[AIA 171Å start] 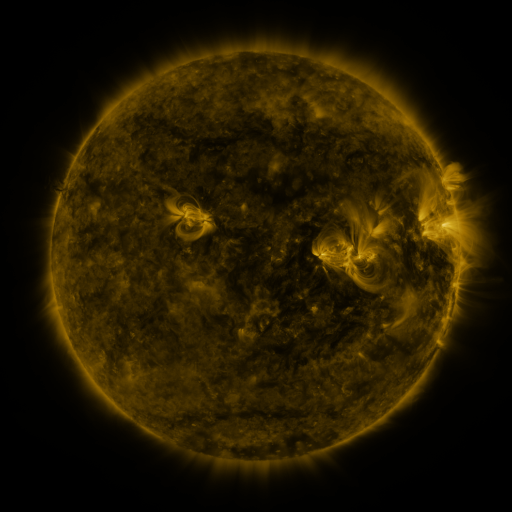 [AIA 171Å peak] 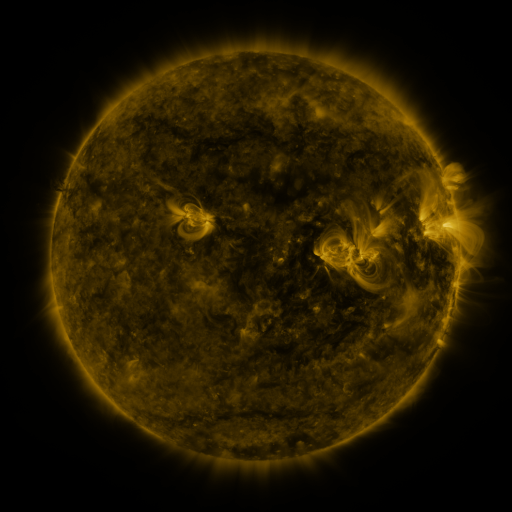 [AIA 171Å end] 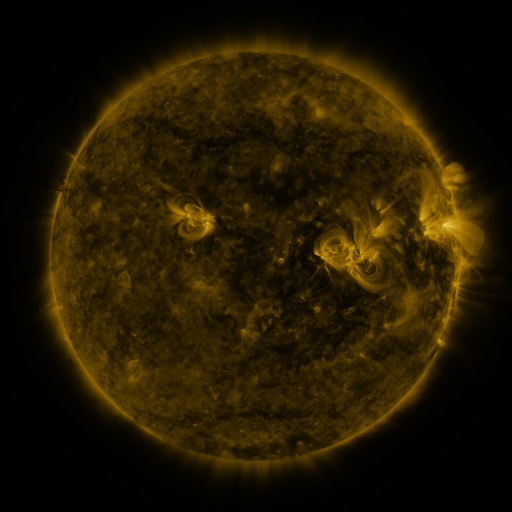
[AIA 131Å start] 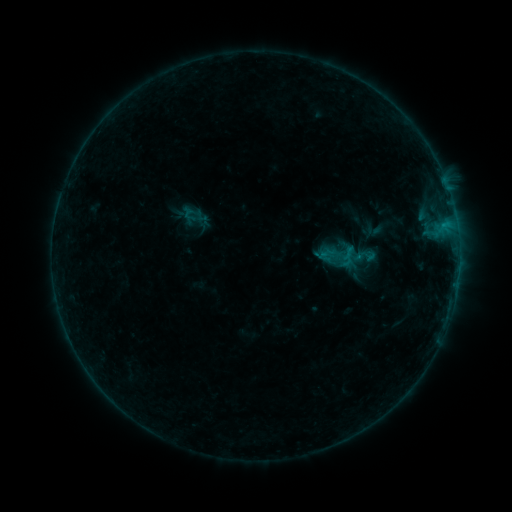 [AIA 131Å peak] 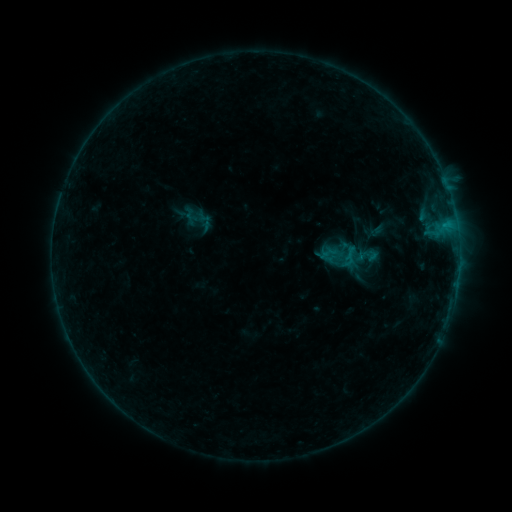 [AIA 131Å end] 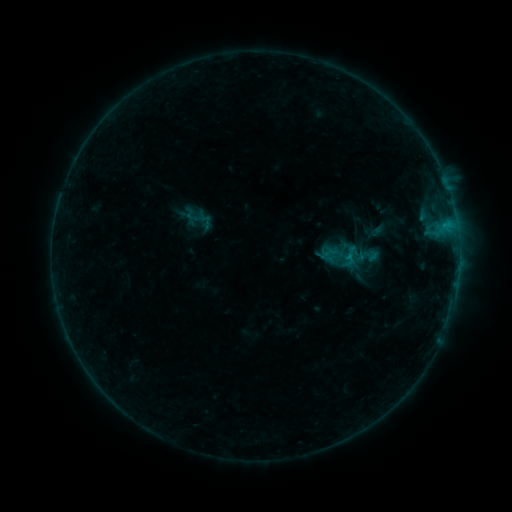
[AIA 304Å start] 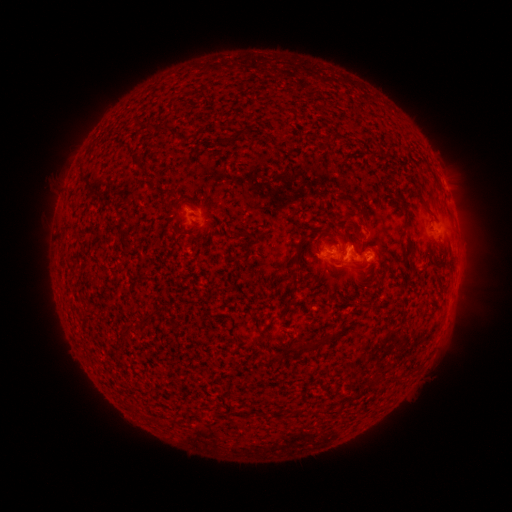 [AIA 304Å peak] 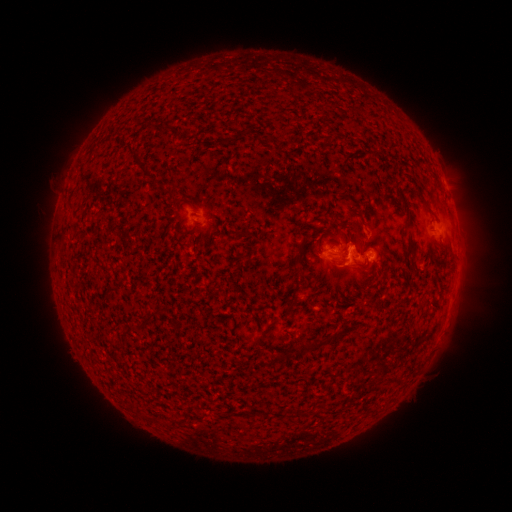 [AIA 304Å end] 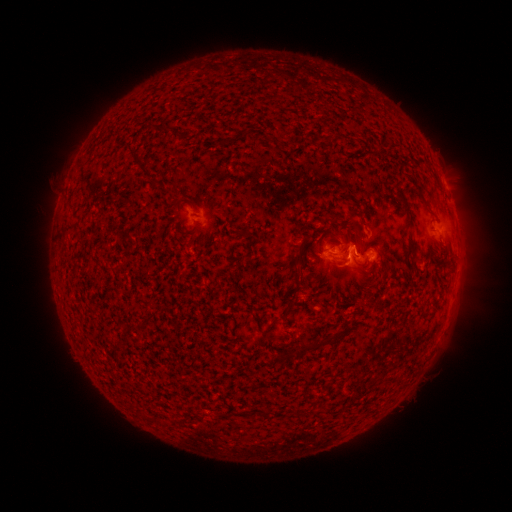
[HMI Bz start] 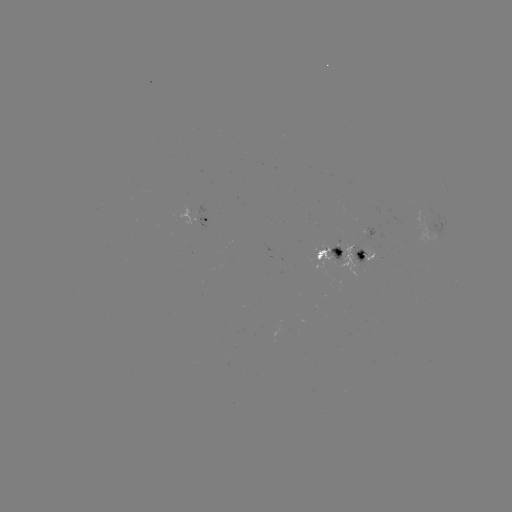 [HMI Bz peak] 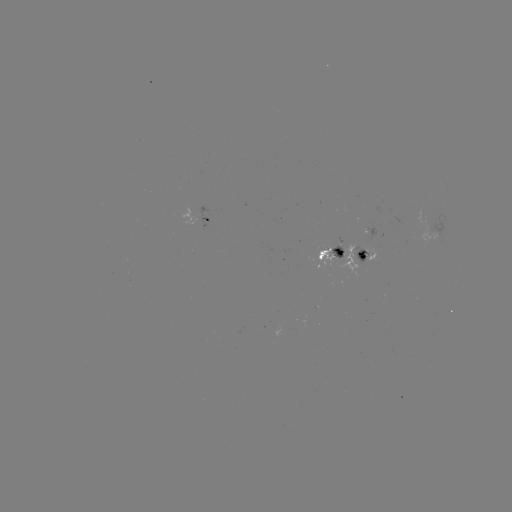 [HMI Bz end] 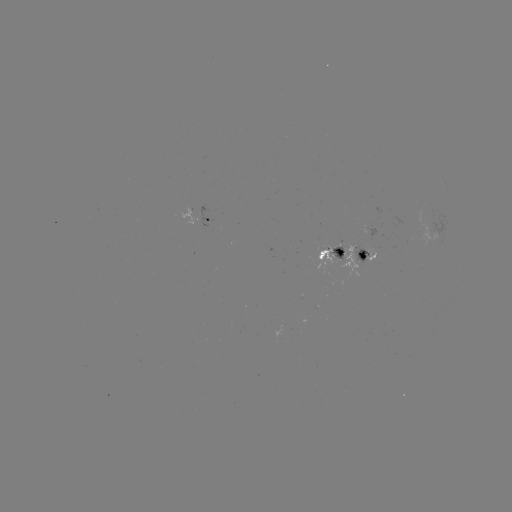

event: emerging-flux region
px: (339, 247)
